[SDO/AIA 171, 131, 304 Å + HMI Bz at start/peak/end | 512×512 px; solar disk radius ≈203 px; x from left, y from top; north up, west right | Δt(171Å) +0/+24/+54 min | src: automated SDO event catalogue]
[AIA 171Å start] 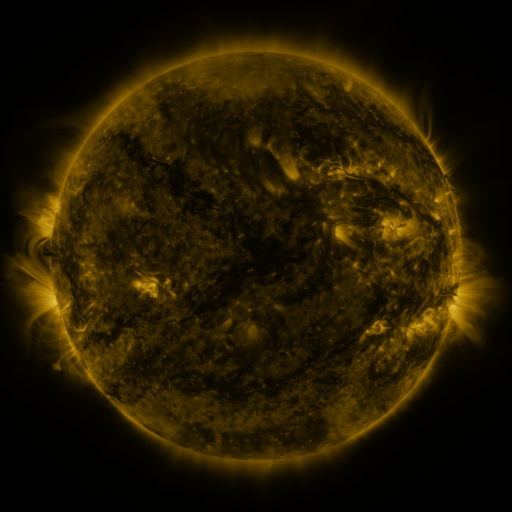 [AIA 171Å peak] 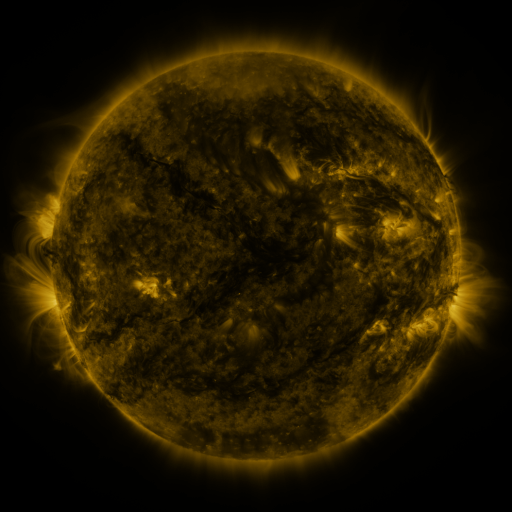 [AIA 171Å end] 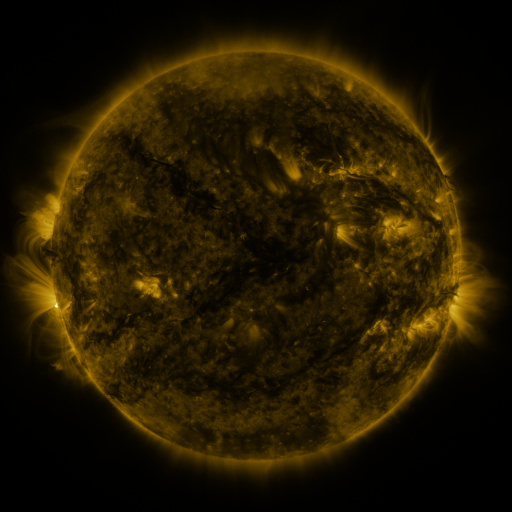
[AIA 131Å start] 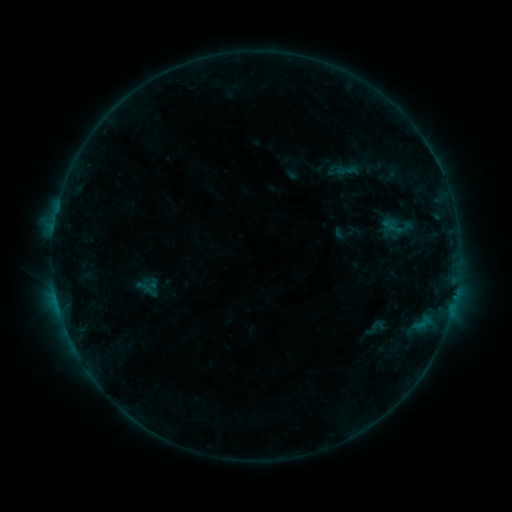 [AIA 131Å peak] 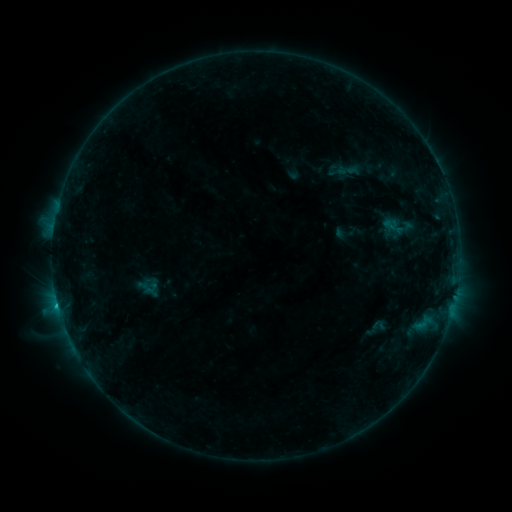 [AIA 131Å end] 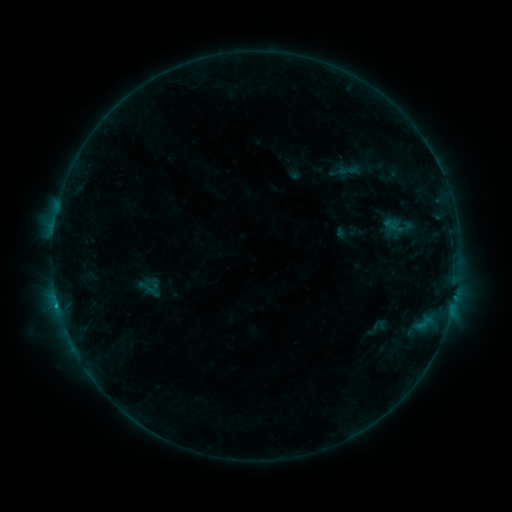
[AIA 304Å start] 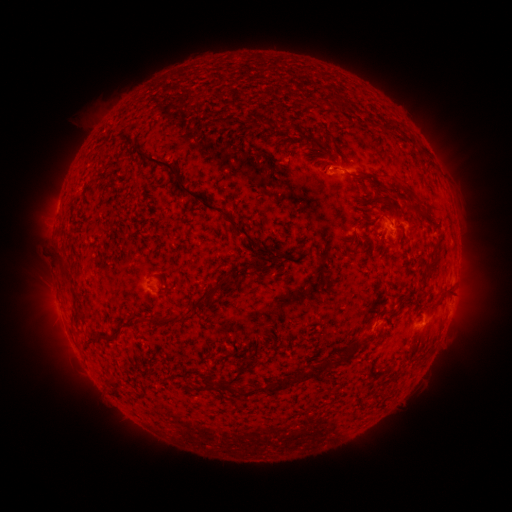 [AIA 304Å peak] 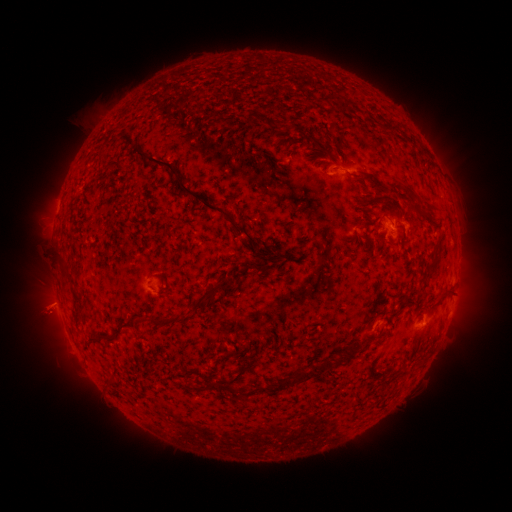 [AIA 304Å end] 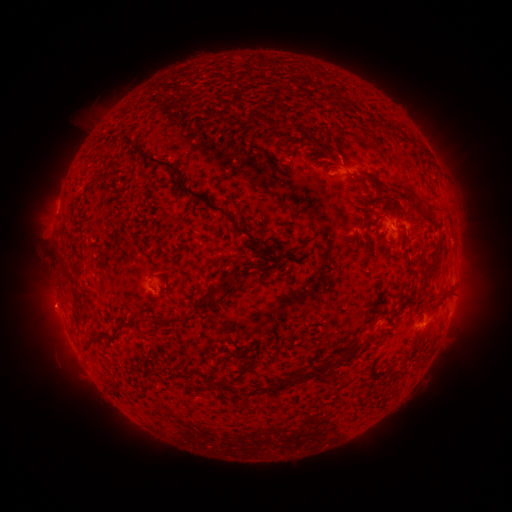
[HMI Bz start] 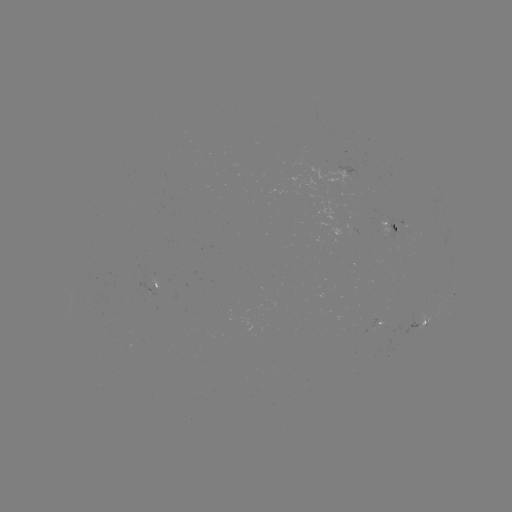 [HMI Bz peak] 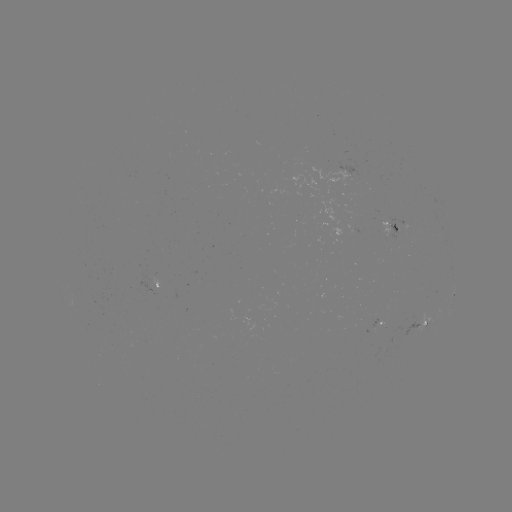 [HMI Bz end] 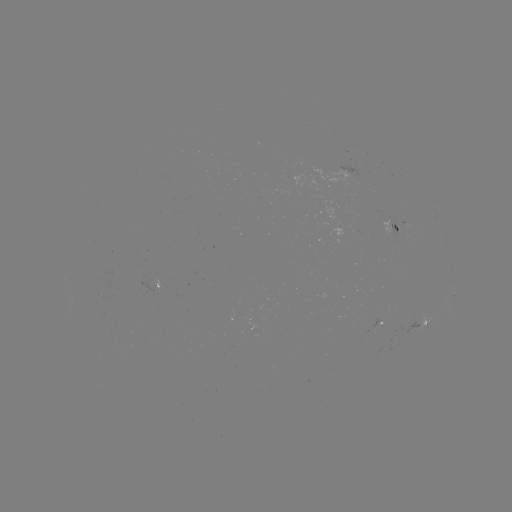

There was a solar flare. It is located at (420, 326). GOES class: B7.4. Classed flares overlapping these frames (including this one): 1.